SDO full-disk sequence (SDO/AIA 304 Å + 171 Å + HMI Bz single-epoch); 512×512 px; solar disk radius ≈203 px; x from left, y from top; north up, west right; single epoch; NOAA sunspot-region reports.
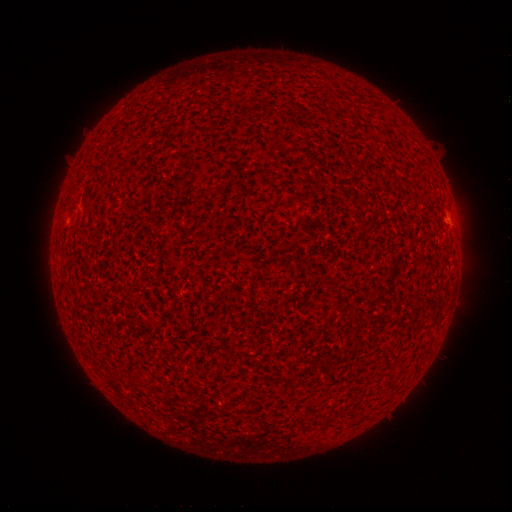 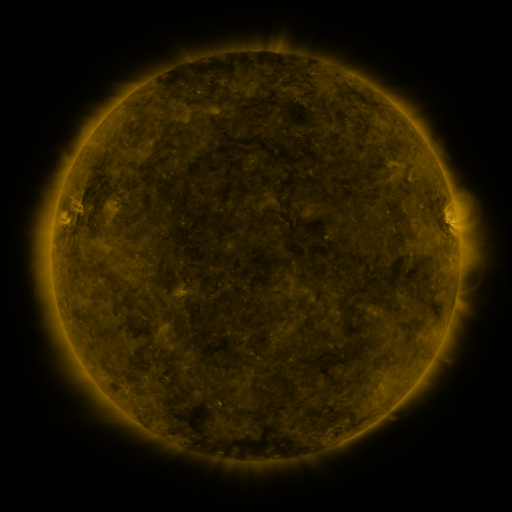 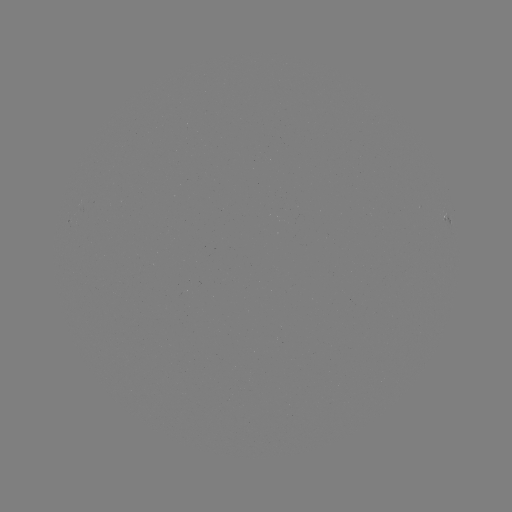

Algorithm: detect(spotted active region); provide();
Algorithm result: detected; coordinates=[448, 217]